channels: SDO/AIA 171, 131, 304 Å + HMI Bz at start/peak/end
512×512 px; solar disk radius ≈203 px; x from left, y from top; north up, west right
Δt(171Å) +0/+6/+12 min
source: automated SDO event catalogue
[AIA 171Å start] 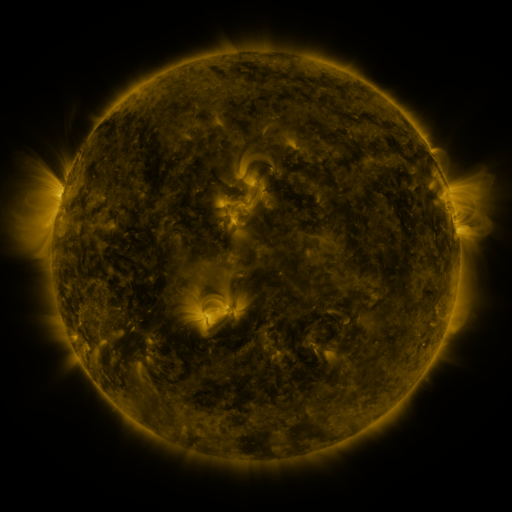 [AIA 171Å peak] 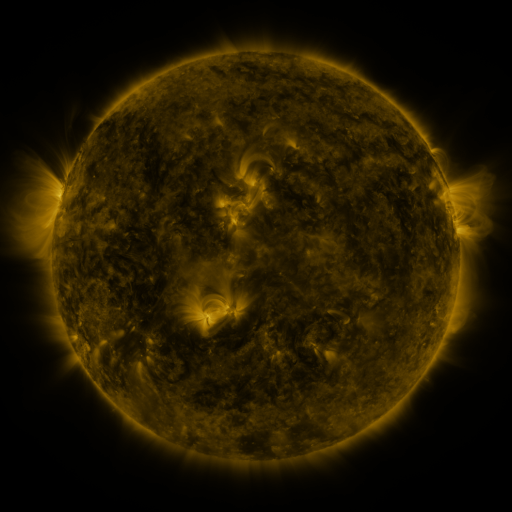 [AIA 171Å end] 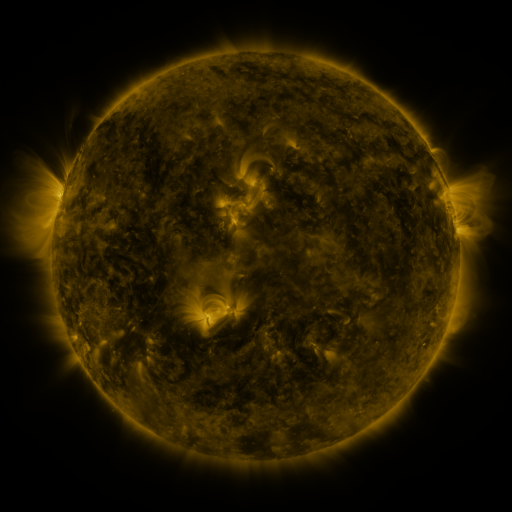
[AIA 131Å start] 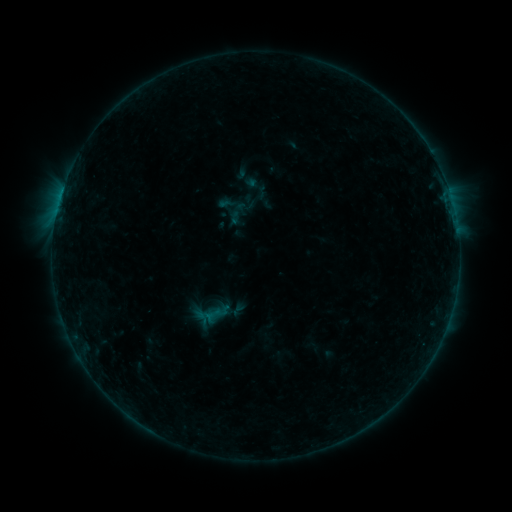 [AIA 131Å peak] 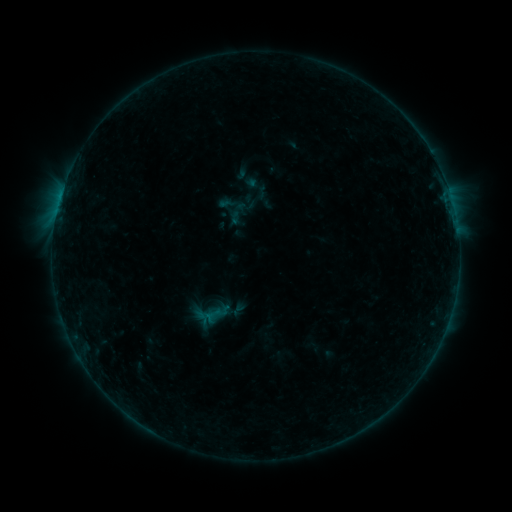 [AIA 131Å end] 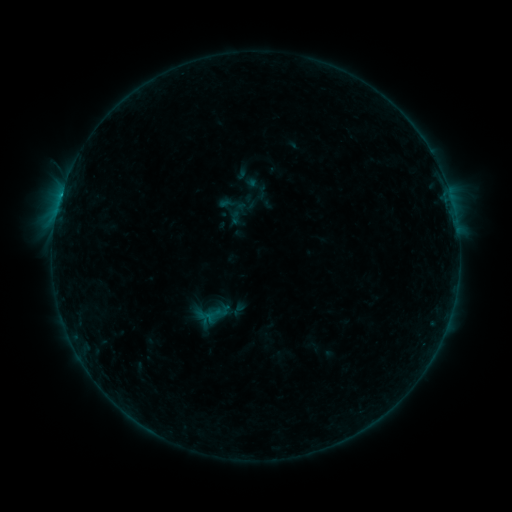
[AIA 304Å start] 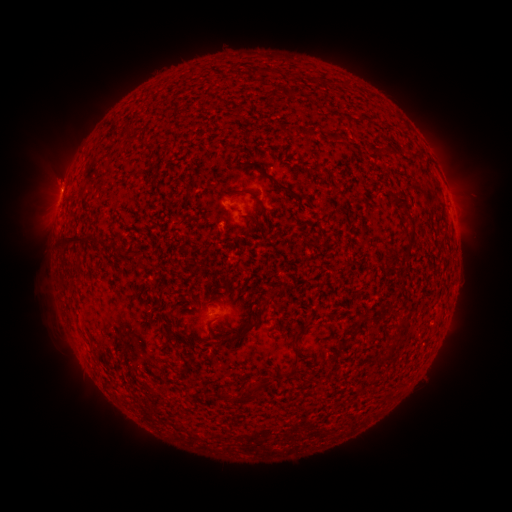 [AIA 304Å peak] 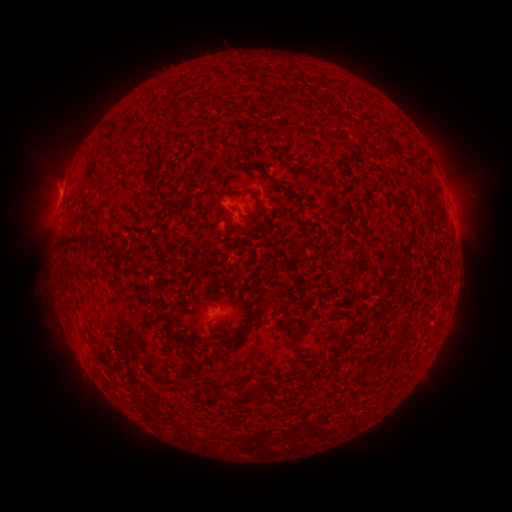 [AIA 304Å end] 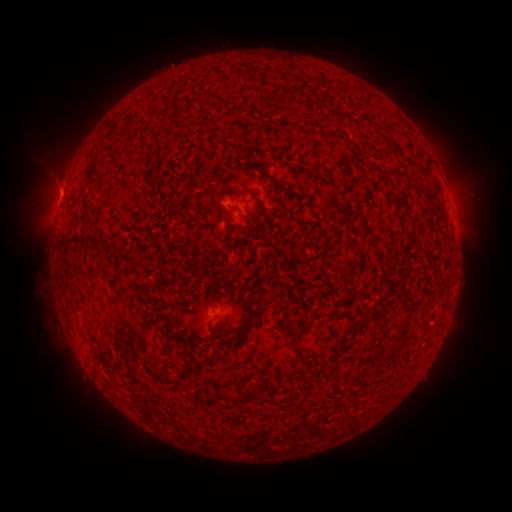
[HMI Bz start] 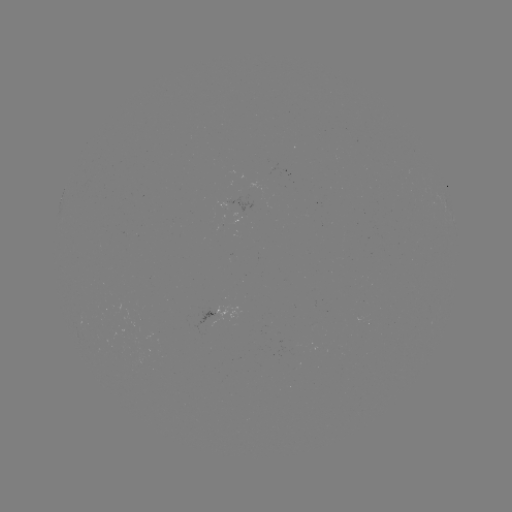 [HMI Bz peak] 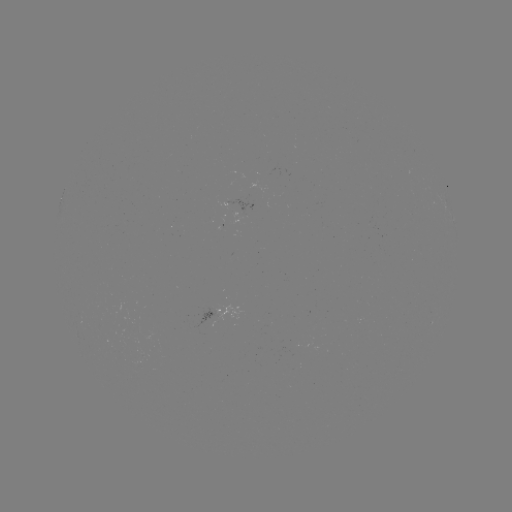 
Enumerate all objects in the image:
B5.4 flare: (61, 196)
